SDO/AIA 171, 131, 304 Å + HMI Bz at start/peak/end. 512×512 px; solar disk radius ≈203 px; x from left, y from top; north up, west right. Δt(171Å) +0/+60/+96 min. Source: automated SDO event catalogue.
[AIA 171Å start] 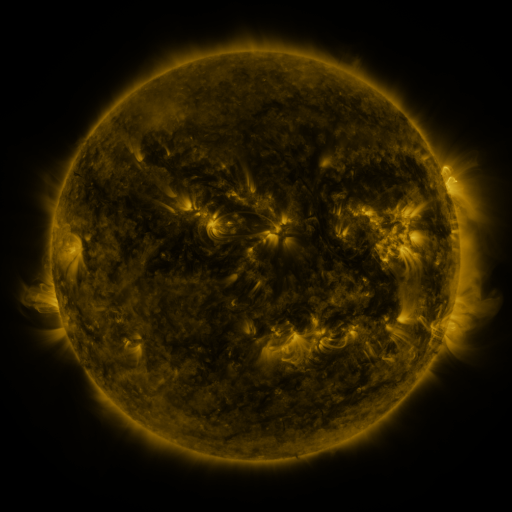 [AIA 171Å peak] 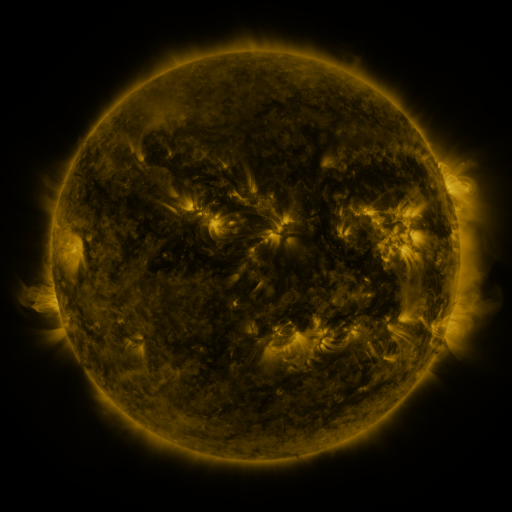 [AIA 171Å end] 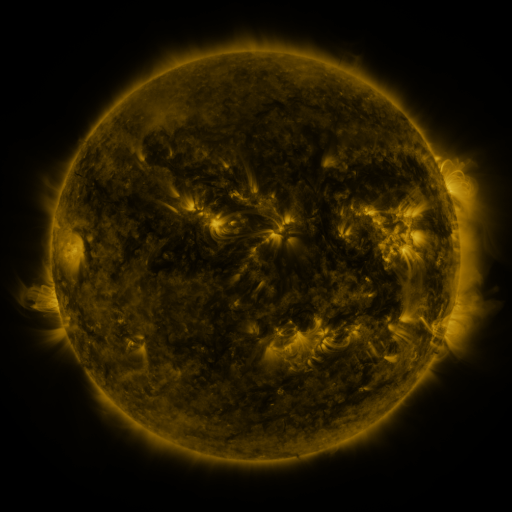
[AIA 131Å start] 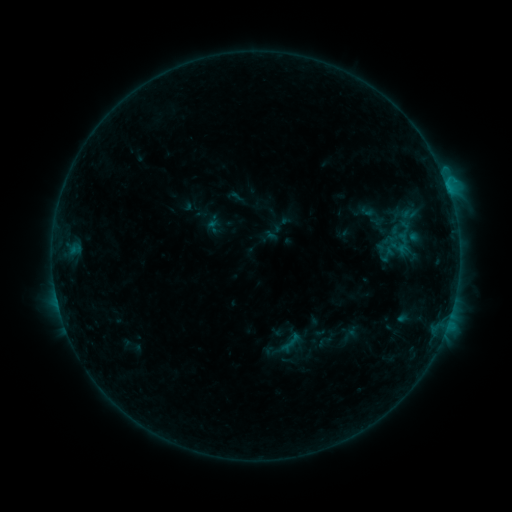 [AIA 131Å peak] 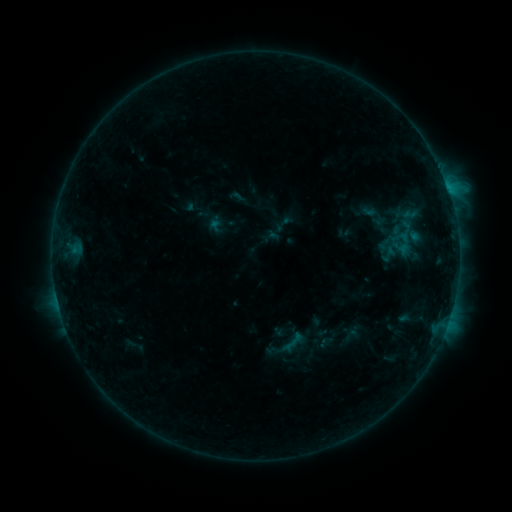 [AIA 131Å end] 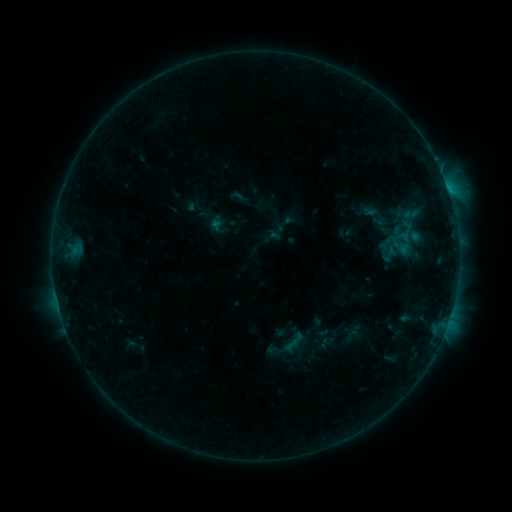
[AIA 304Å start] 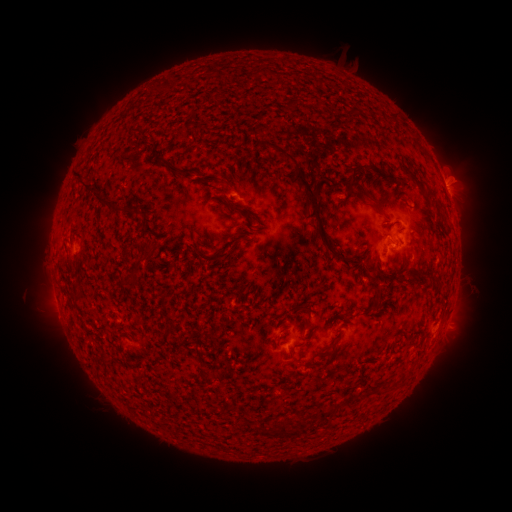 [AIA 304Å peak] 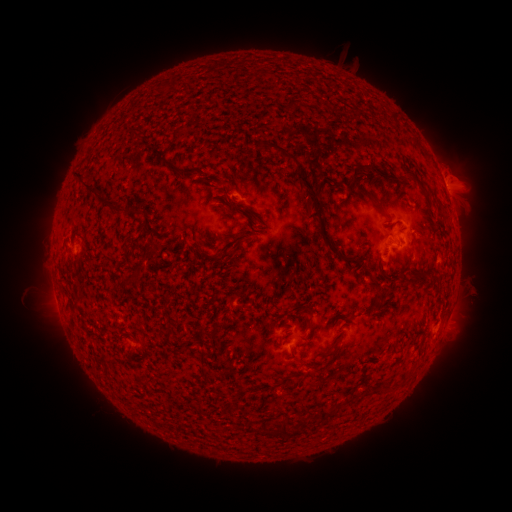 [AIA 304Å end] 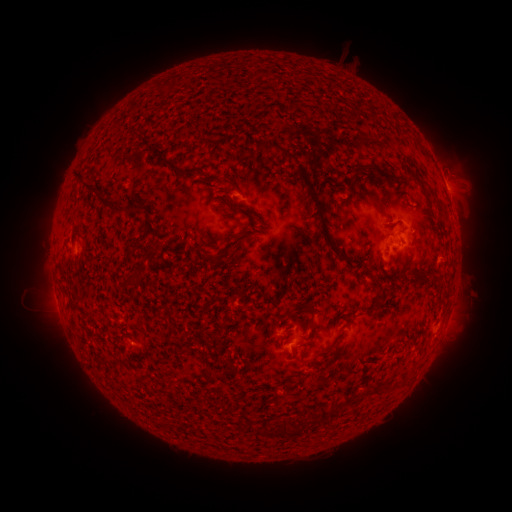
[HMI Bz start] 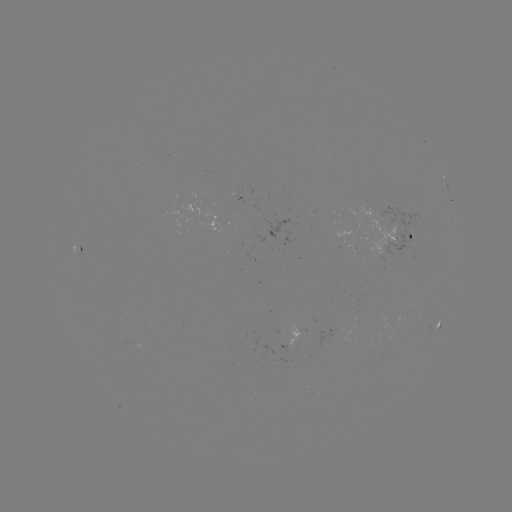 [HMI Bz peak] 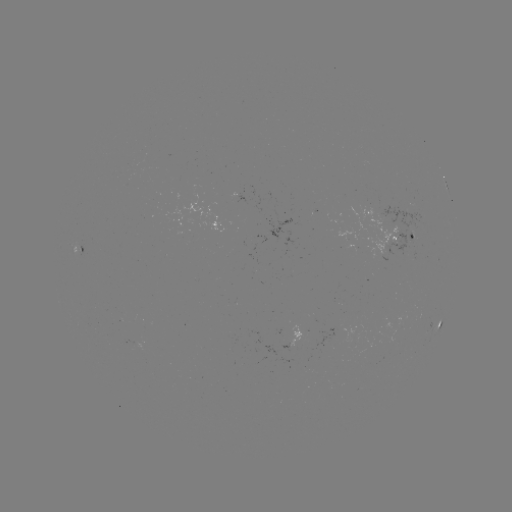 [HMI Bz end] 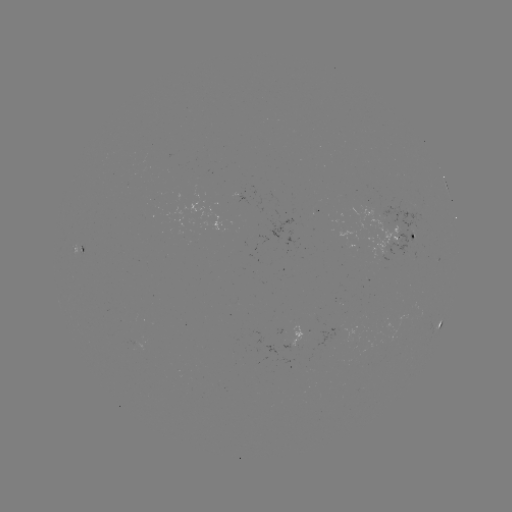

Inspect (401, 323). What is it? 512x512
emerging-flux region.